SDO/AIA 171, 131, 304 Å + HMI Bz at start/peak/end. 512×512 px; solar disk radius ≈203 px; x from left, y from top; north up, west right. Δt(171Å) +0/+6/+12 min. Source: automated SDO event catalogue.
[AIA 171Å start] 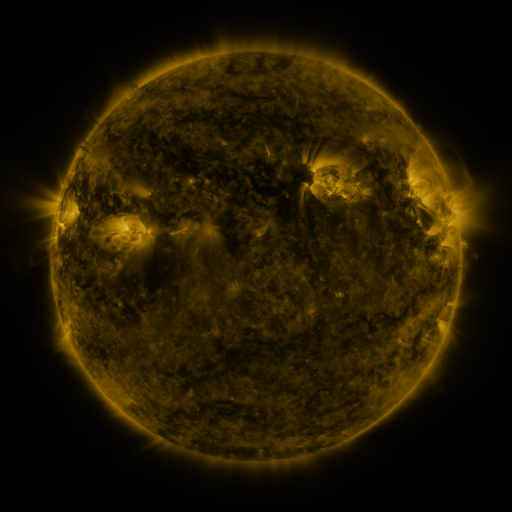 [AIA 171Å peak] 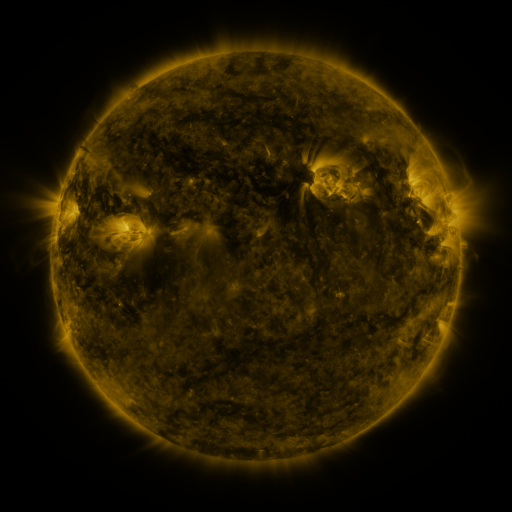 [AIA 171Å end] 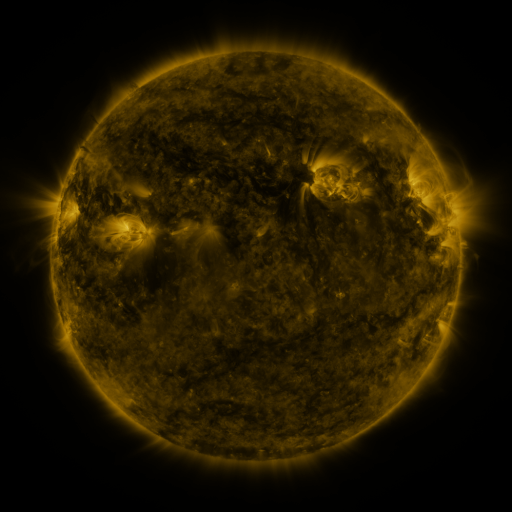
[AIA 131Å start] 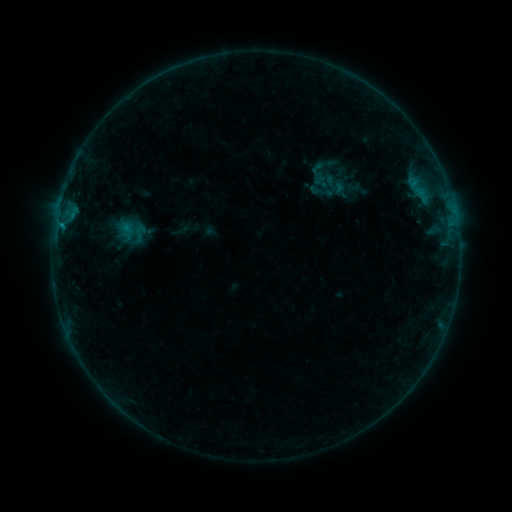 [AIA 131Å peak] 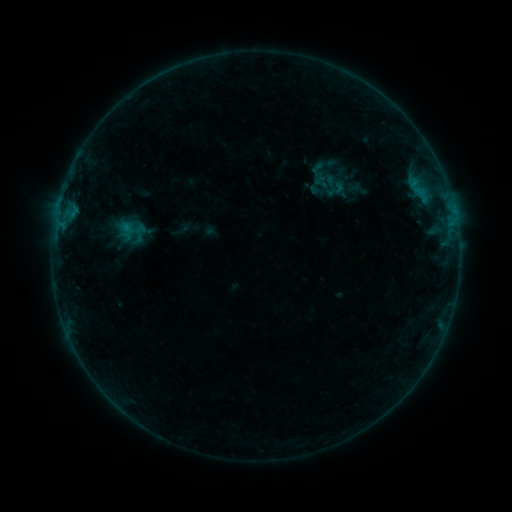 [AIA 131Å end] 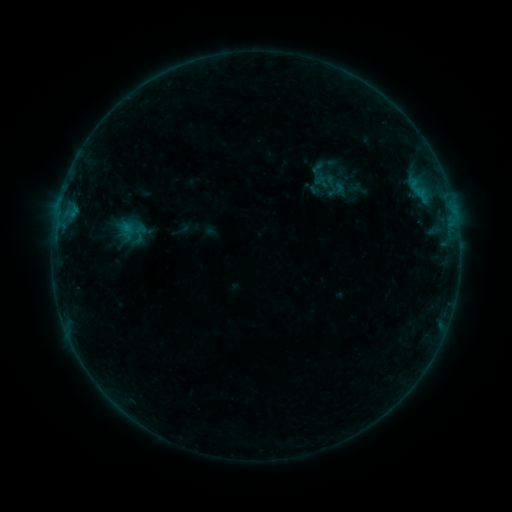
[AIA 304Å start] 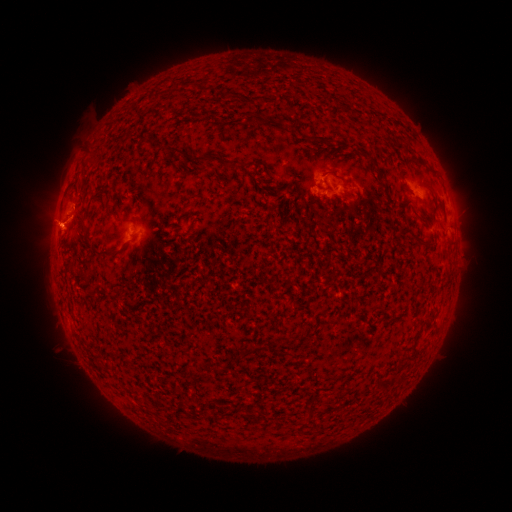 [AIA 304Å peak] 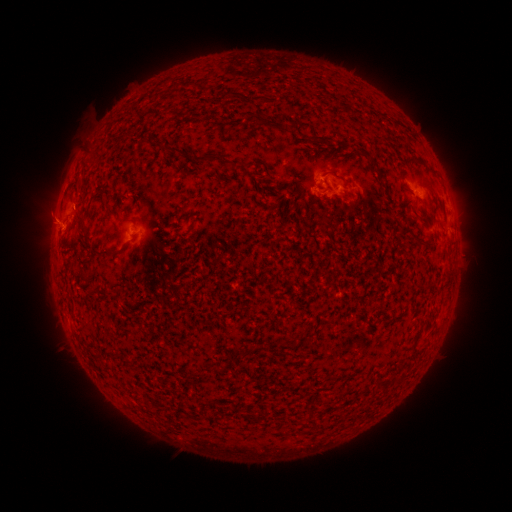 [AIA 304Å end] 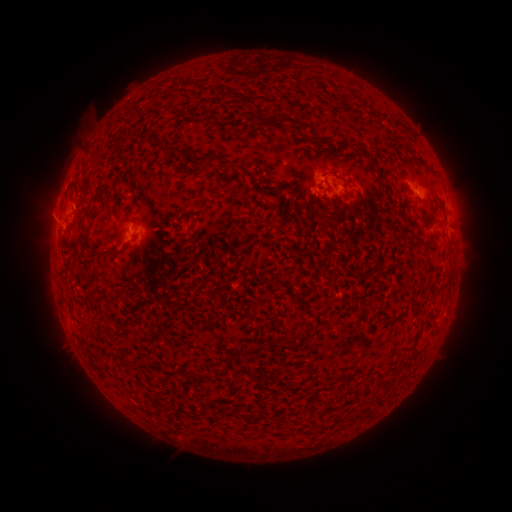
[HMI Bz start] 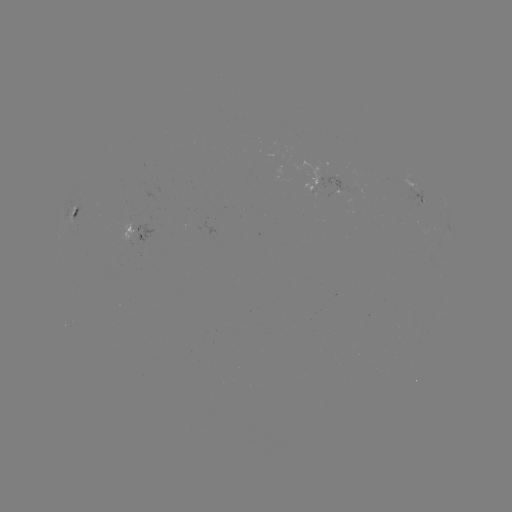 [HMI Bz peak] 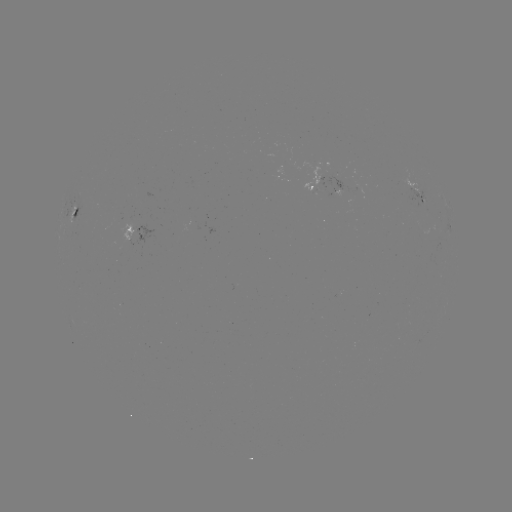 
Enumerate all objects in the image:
eruption: (50, 218)
